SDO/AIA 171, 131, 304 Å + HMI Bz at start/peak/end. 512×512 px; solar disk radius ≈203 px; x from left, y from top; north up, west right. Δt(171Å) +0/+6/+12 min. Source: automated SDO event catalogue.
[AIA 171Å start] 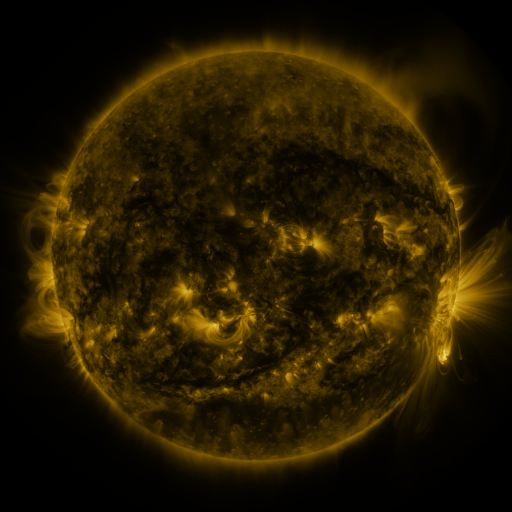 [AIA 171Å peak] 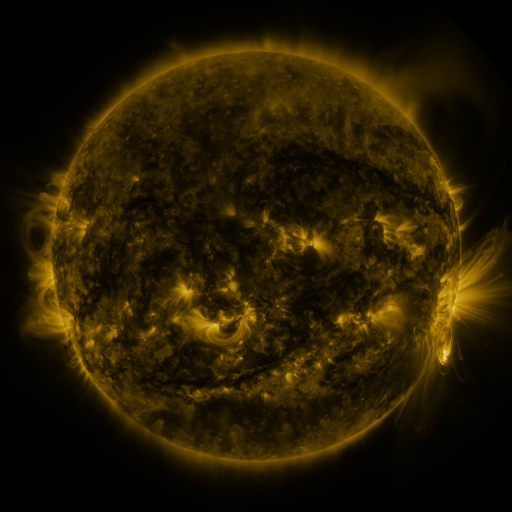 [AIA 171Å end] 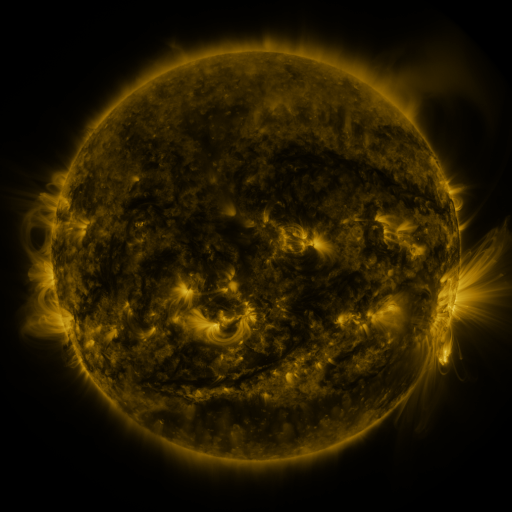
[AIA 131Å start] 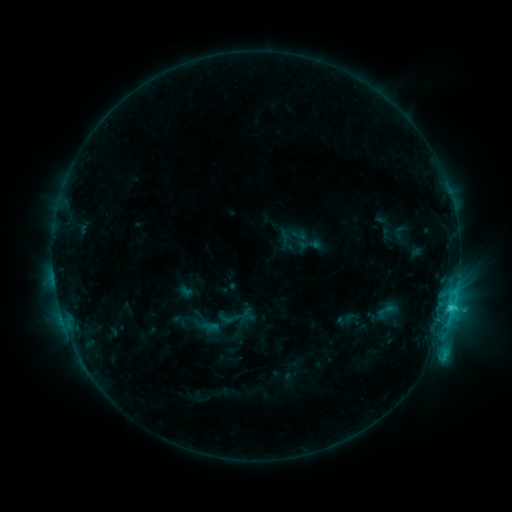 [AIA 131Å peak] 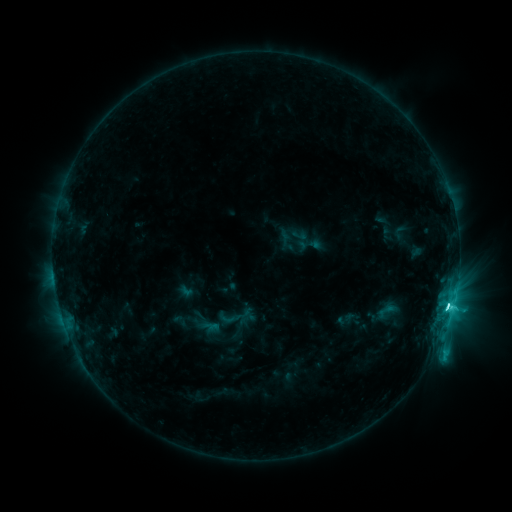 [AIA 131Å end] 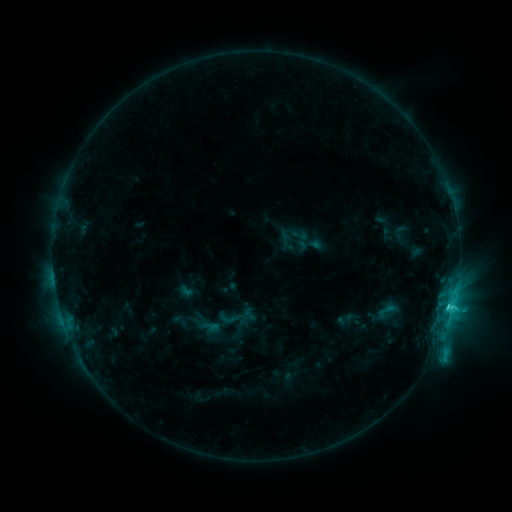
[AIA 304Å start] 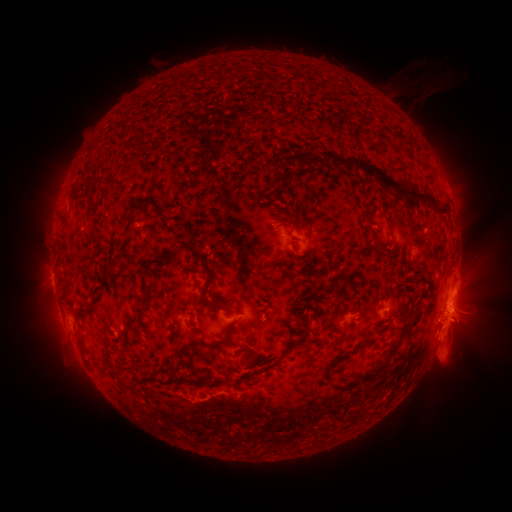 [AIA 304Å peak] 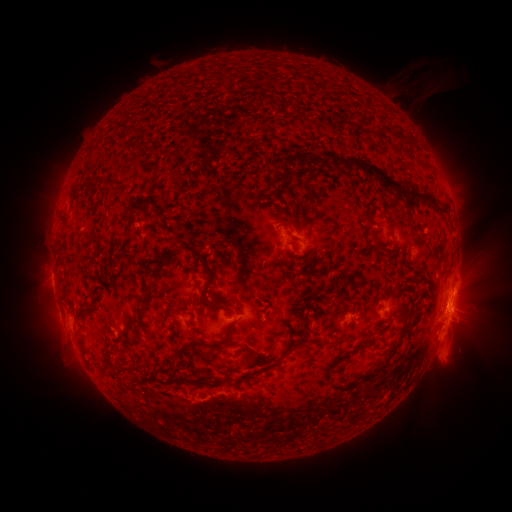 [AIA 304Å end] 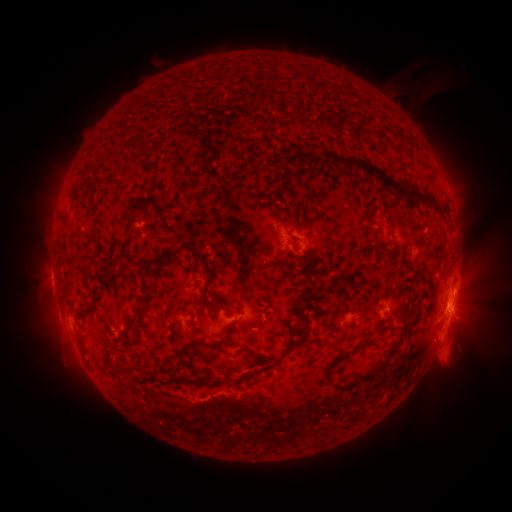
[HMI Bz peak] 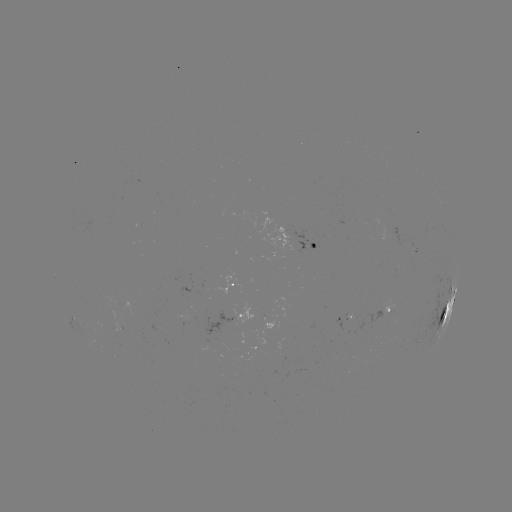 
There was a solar flare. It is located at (446, 309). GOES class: C5.5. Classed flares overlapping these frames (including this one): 1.